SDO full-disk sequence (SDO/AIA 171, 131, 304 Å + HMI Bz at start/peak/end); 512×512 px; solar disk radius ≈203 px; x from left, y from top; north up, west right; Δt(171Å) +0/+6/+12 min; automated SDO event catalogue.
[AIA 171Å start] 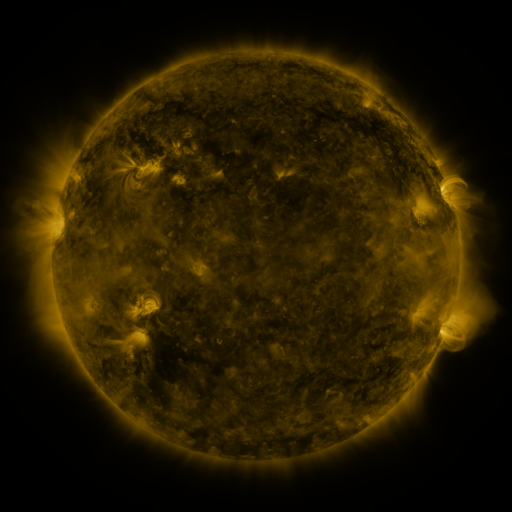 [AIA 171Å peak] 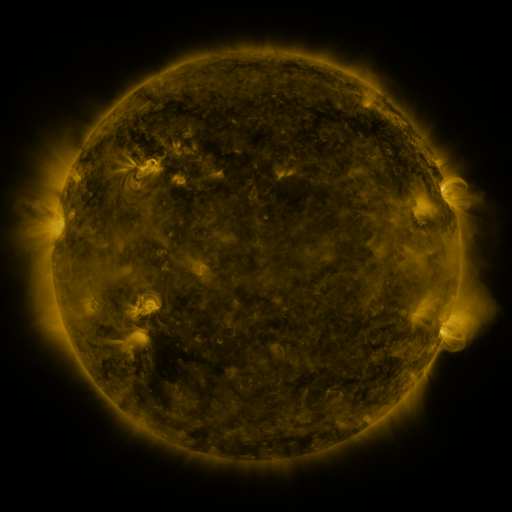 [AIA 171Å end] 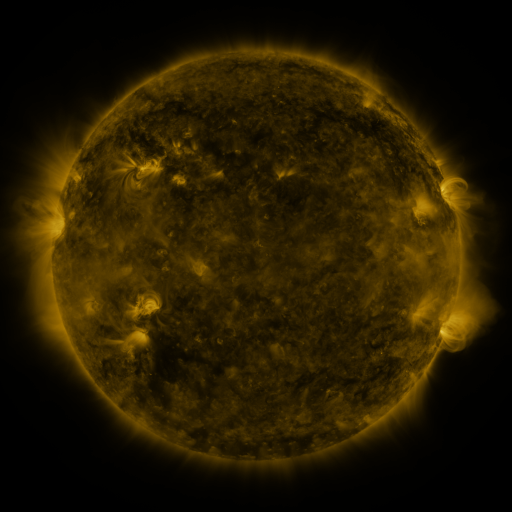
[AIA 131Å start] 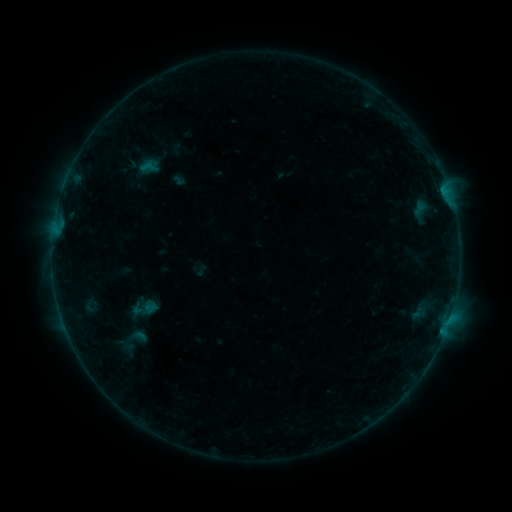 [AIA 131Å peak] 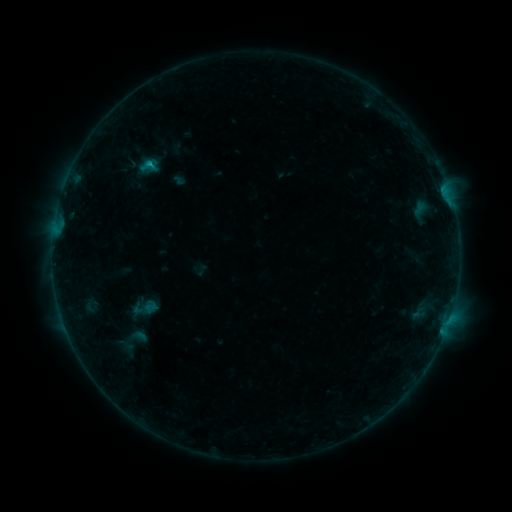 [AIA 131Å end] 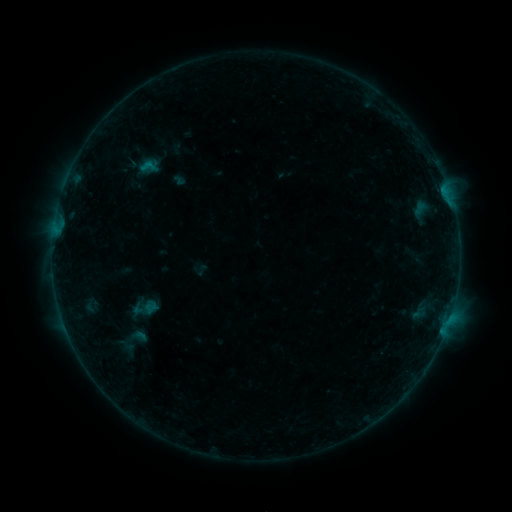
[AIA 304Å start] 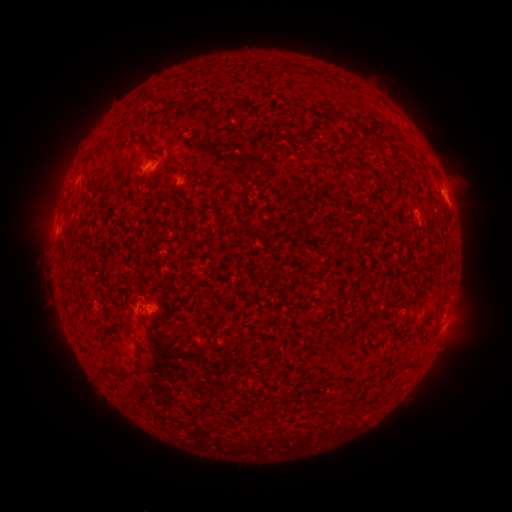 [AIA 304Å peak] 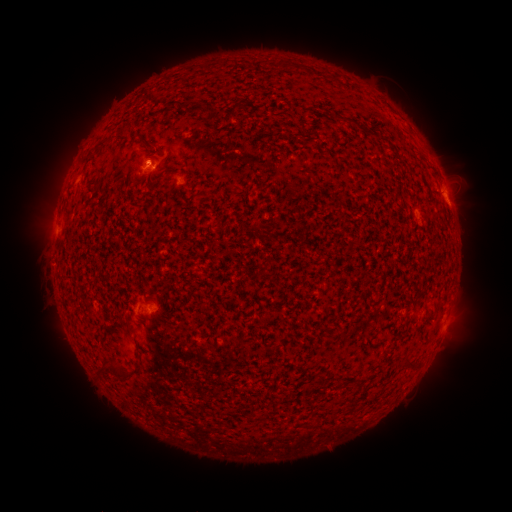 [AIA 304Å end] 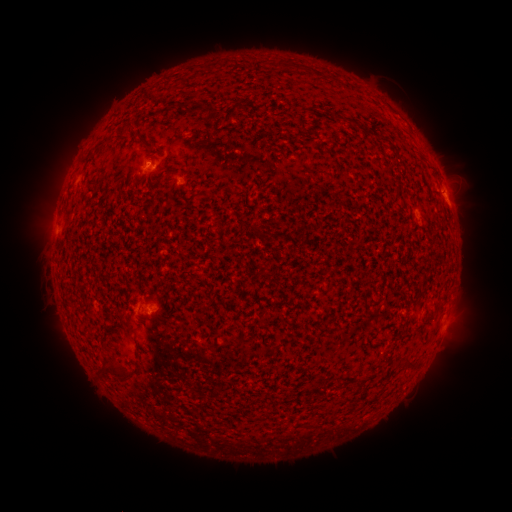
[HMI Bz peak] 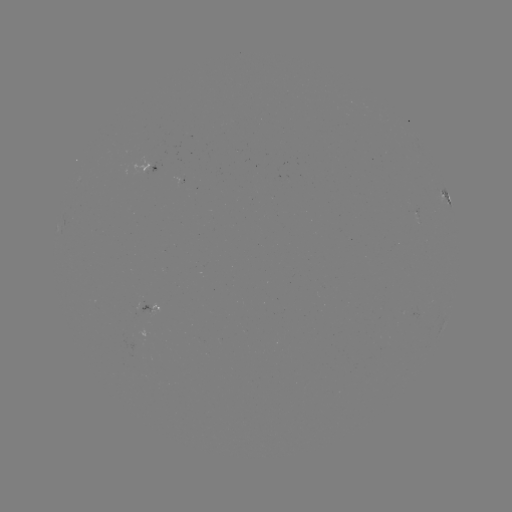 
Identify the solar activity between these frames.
B4.3 flare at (149, 165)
